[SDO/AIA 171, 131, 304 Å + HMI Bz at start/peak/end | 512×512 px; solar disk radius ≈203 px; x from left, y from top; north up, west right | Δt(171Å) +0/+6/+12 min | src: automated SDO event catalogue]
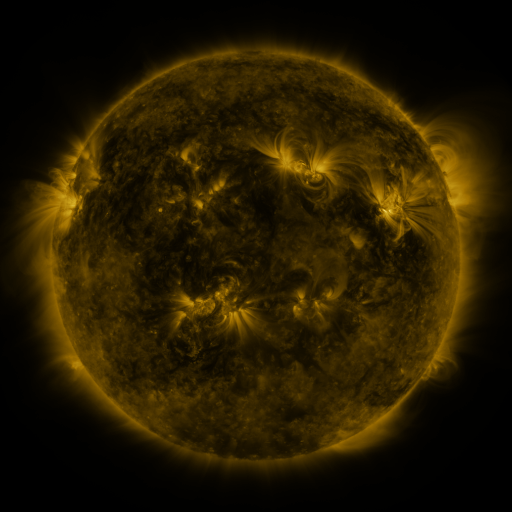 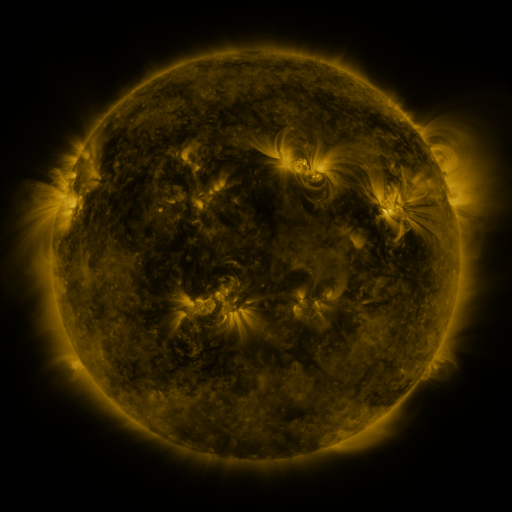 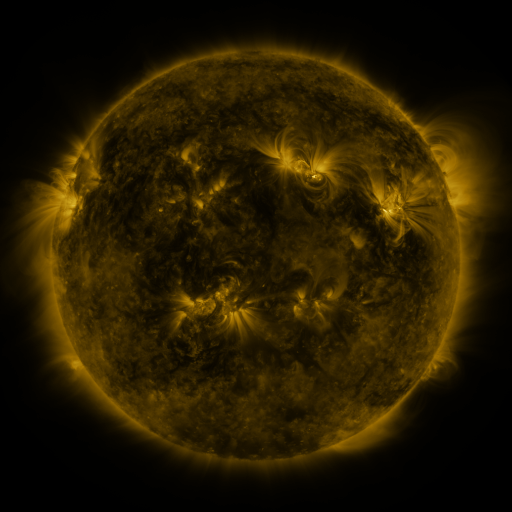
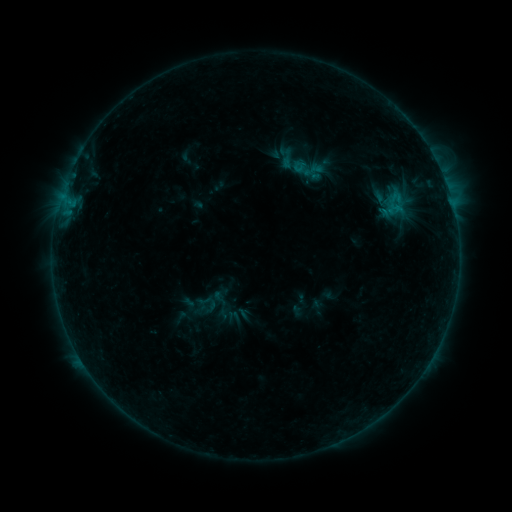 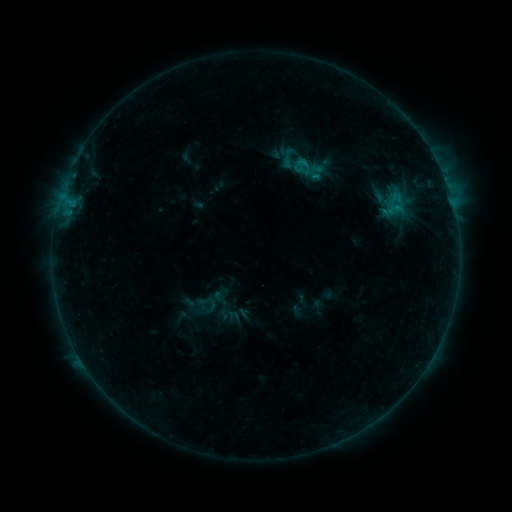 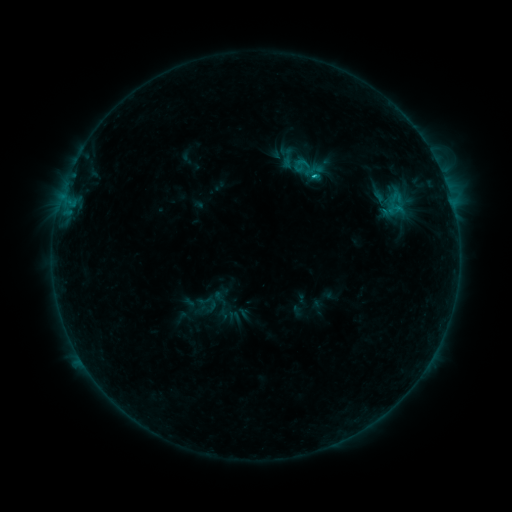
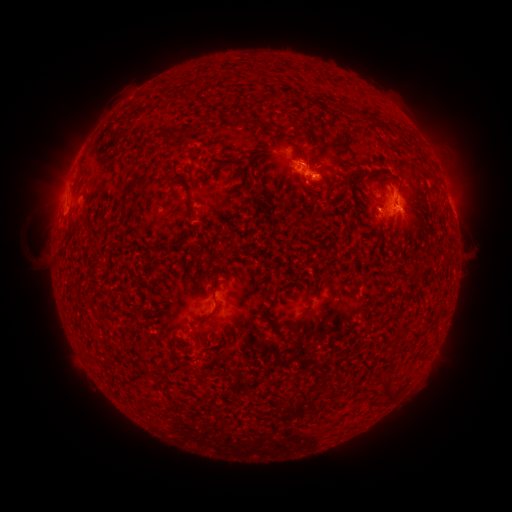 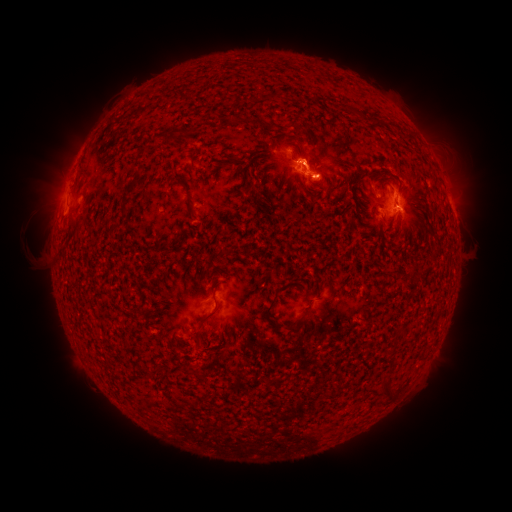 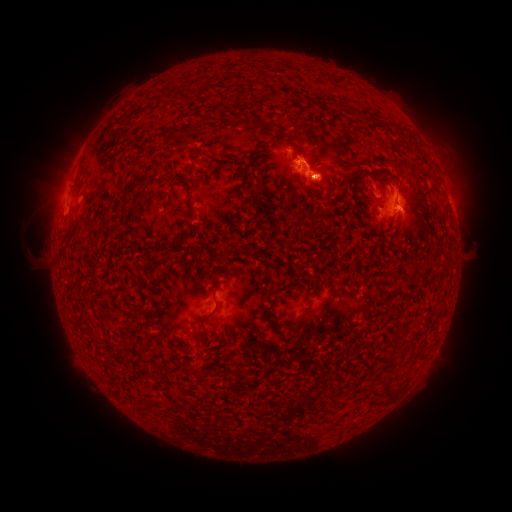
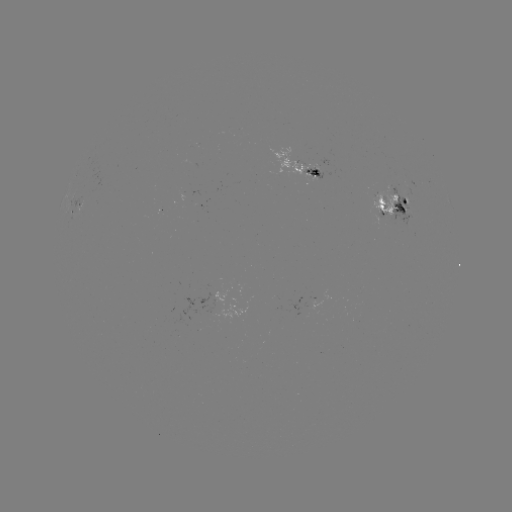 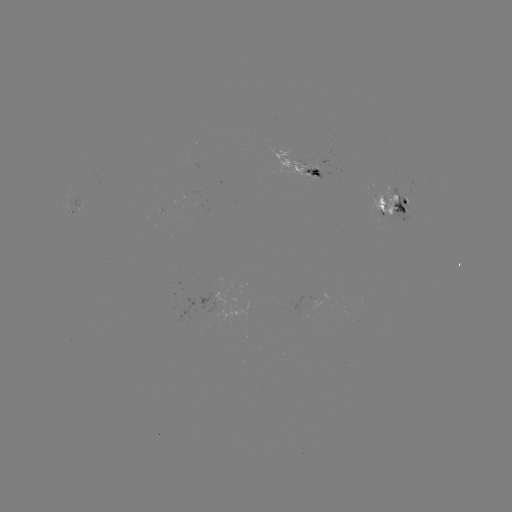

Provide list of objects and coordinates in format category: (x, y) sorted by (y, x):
eruption: (312, 152)
